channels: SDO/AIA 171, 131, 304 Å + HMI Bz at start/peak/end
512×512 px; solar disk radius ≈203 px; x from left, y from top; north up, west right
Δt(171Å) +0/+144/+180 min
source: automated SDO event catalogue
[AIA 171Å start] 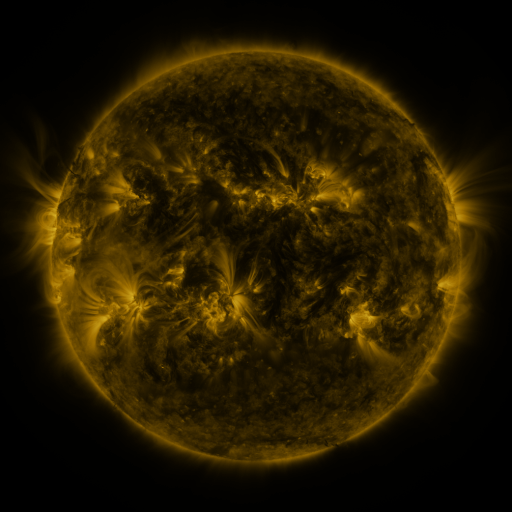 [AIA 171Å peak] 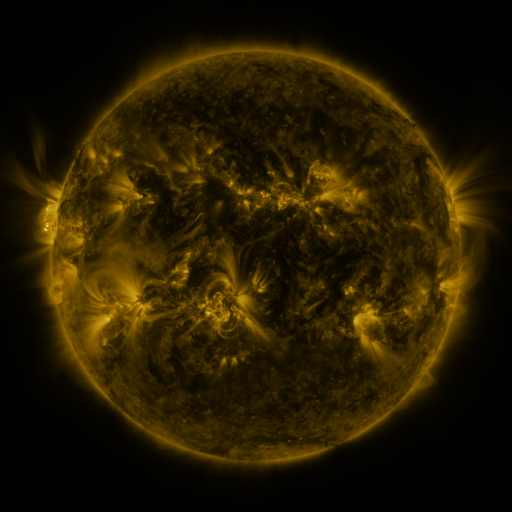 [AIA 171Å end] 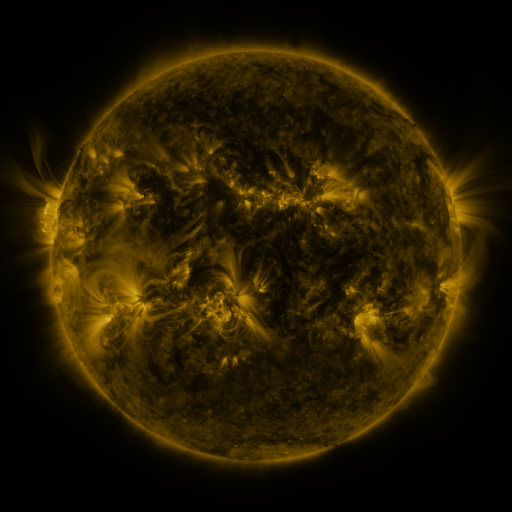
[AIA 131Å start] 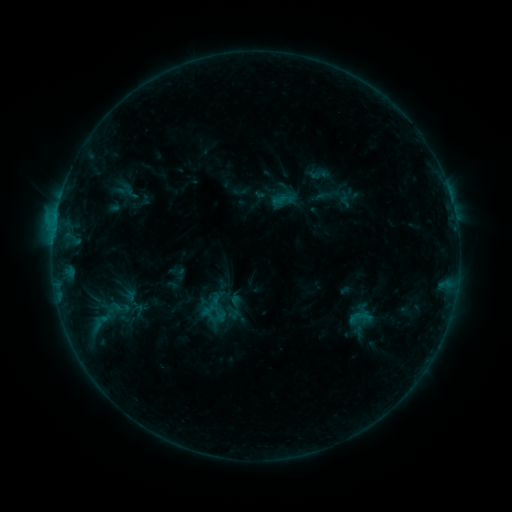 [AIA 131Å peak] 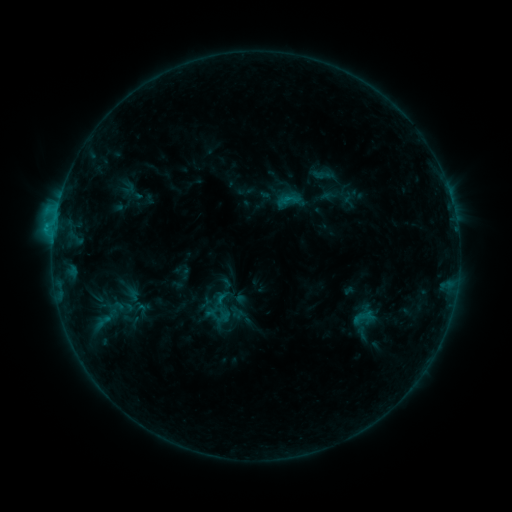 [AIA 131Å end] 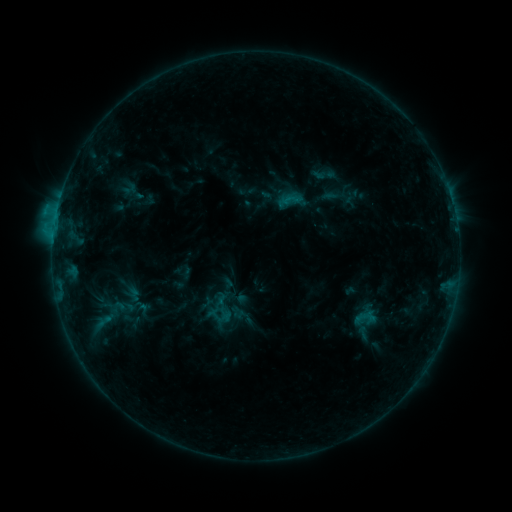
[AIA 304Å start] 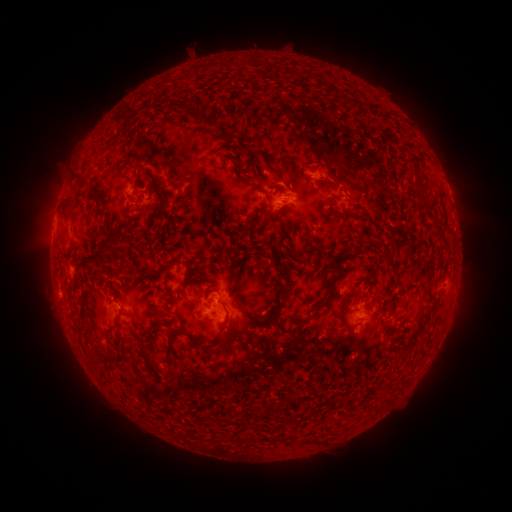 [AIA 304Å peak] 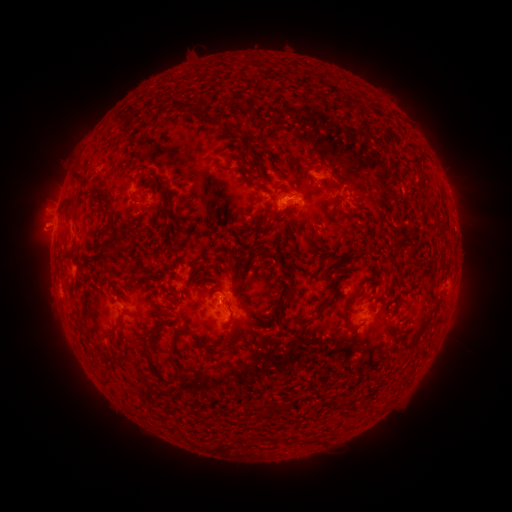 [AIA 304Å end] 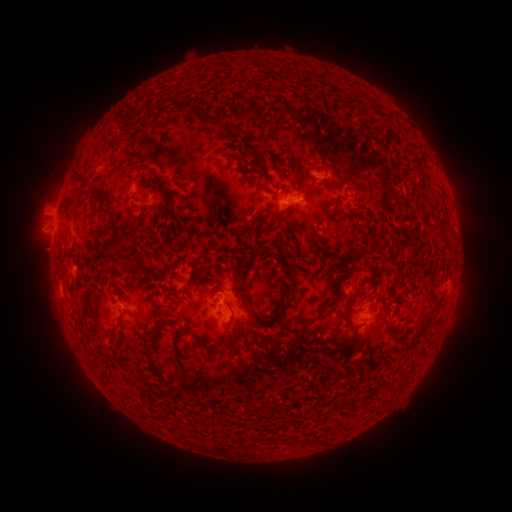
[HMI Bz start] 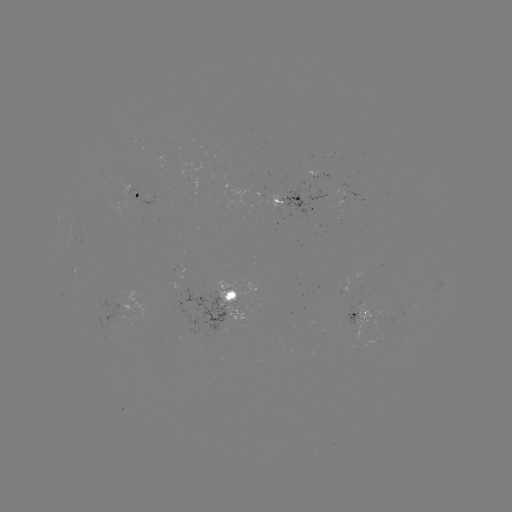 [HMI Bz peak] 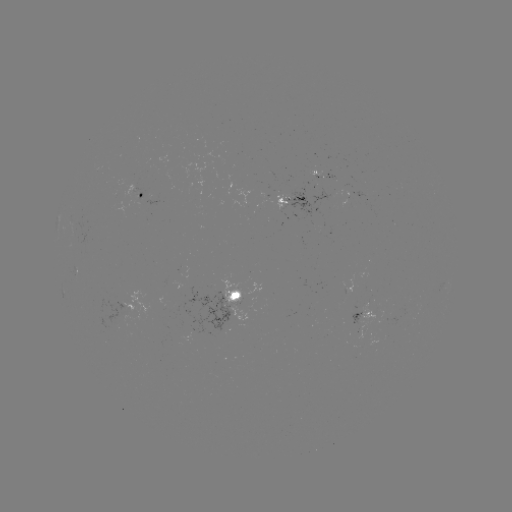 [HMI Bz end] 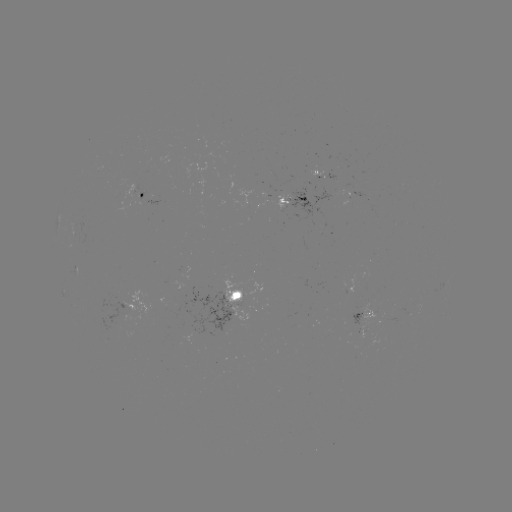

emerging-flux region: [276, 195, 287, 215]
